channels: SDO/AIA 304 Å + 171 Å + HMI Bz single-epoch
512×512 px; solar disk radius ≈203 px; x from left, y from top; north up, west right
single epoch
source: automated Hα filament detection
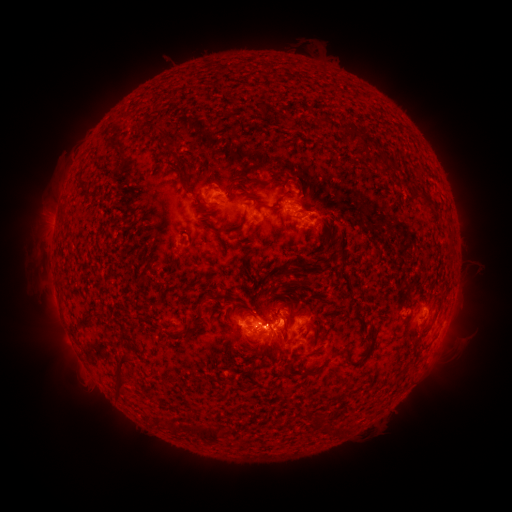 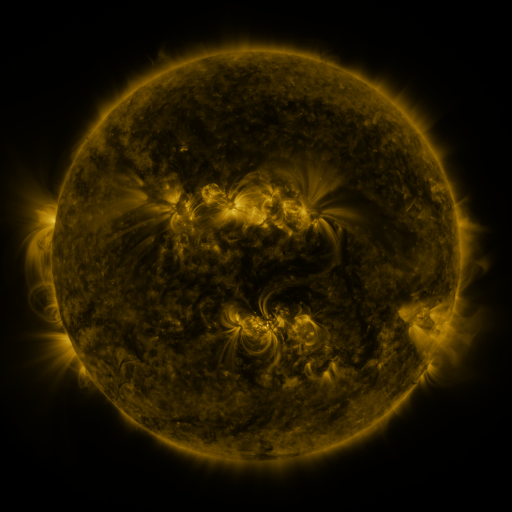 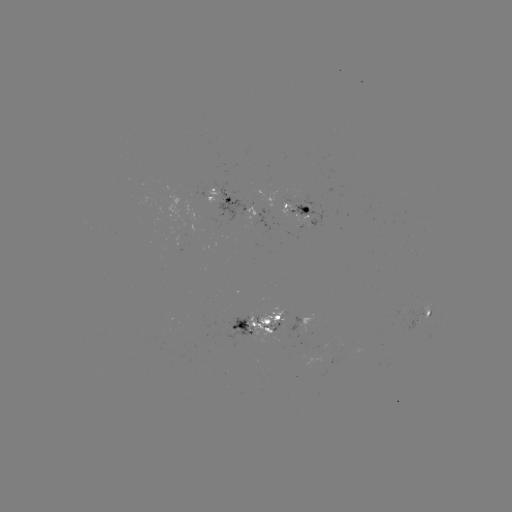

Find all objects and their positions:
filament: (323, 121)
filament: (356, 135)
filament: (169, 148)
filament: (388, 159)
filament: (270, 182)
filament: (82, 183)
filament: (266, 206)
filament: (245, 217)
filament: (220, 231)
filament: (285, 273)
filament: (252, 314)
filament: (84, 321)
filament: (314, 372)
filament: (117, 374)
filament: (210, 435)
